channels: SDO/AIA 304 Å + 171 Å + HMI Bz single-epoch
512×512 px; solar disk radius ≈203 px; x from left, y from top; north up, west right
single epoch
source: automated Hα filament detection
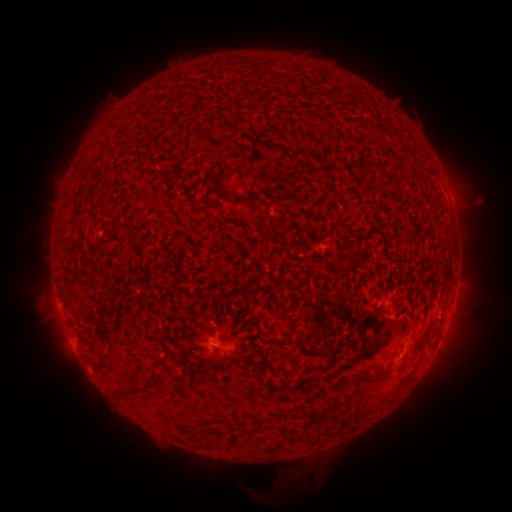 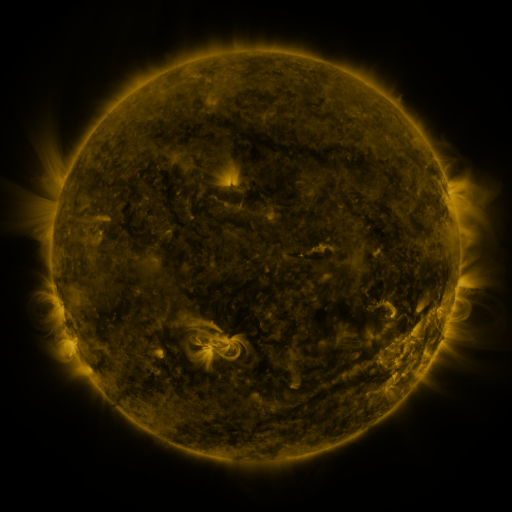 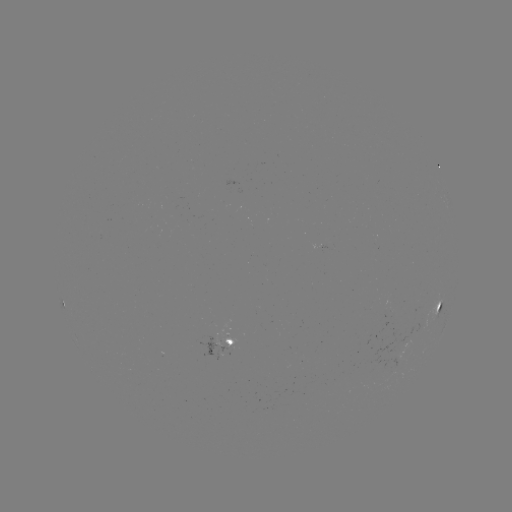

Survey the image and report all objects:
filament: (212, 131)
filament: (282, 150)
filament: (295, 153)
filament: (379, 169)
filament: (437, 309)
filament: (426, 310)
filament: (284, 317)
filament: (87, 339)
filament: (415, 347)
filament: (326, 368)
filament: (161, 377)
filament: (138, 386)
